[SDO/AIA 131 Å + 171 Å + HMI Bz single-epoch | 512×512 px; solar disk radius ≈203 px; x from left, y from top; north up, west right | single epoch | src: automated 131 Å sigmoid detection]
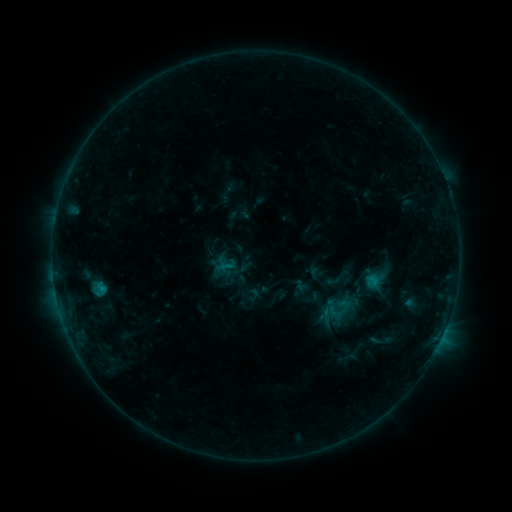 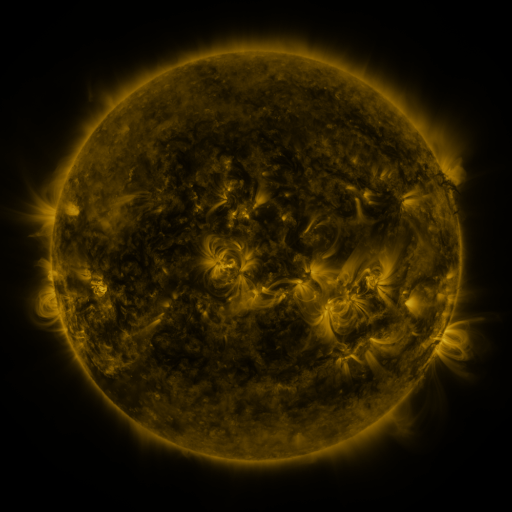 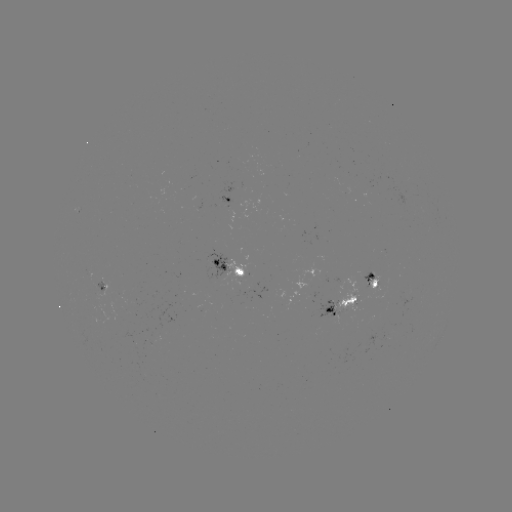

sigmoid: <bbox>217, 257, 235, 275</bbox>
